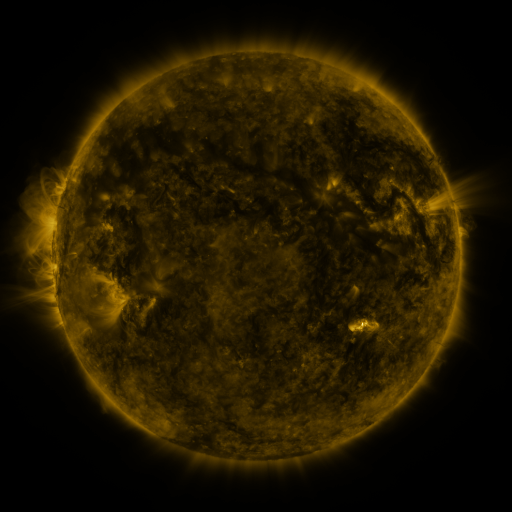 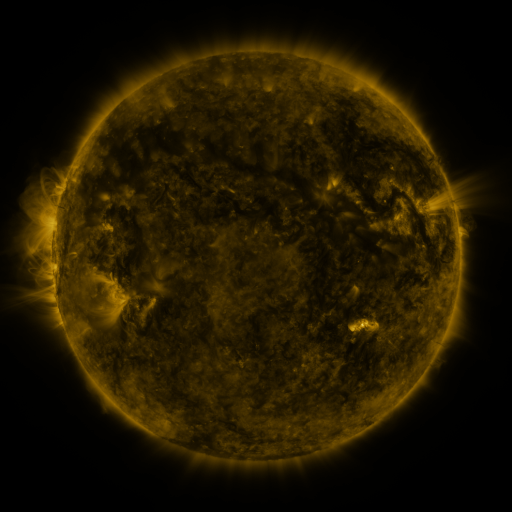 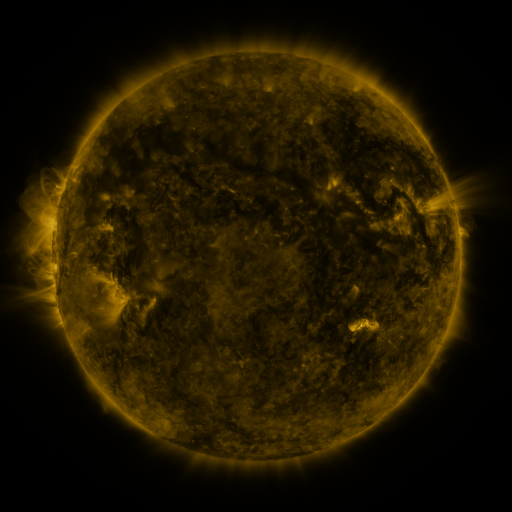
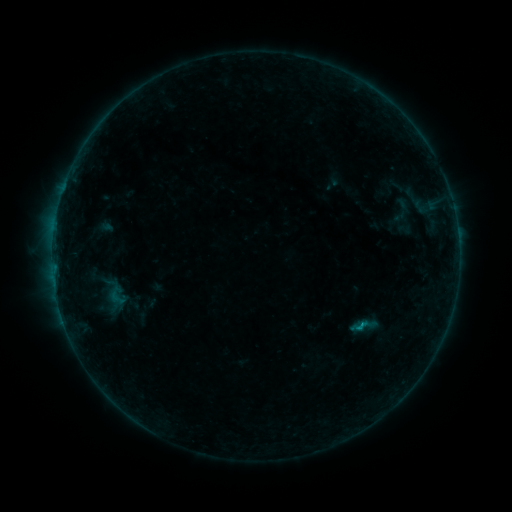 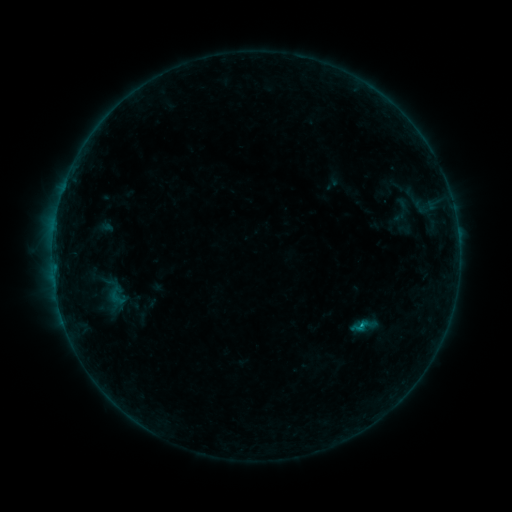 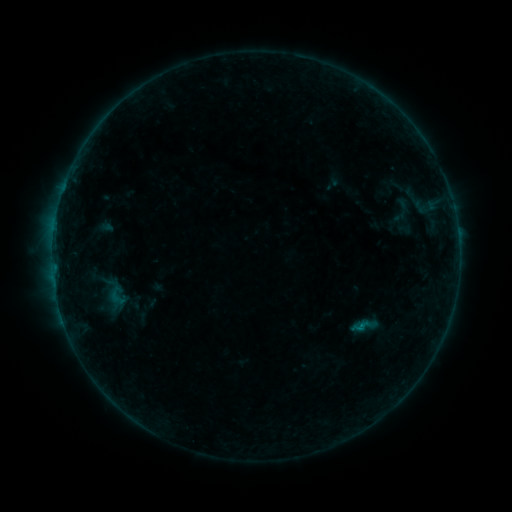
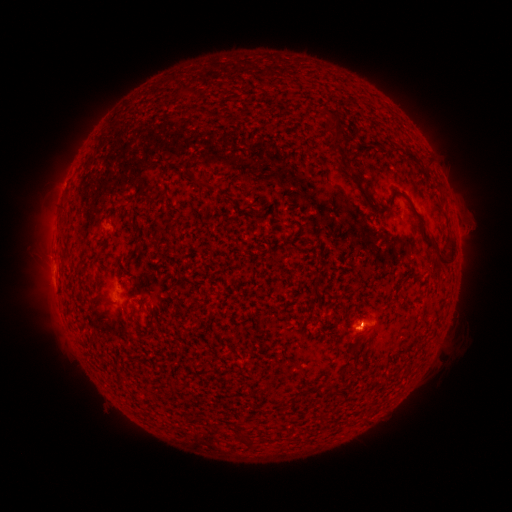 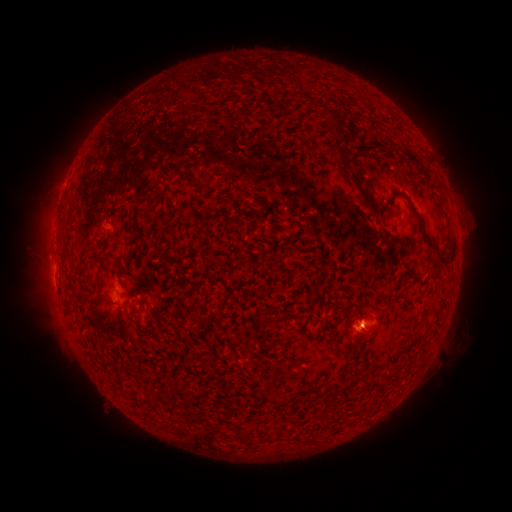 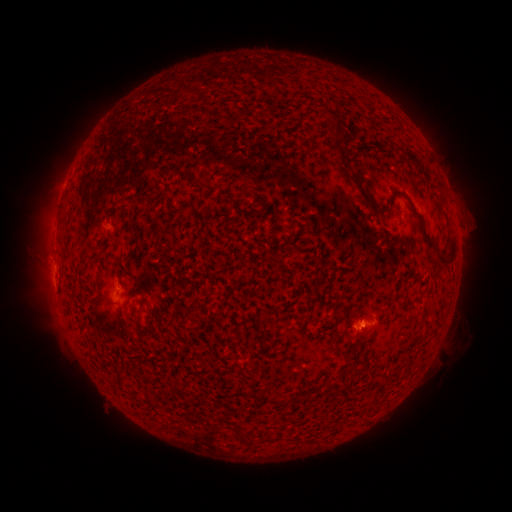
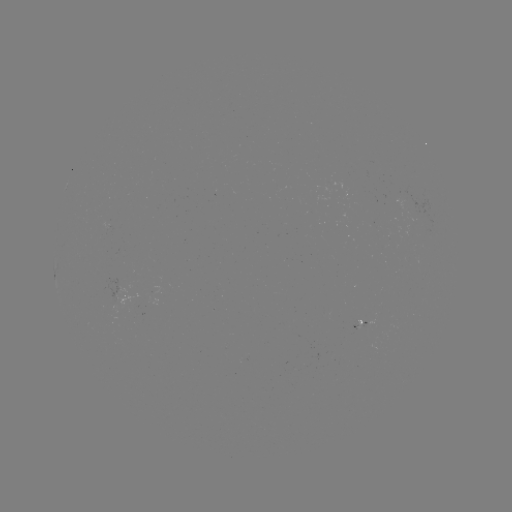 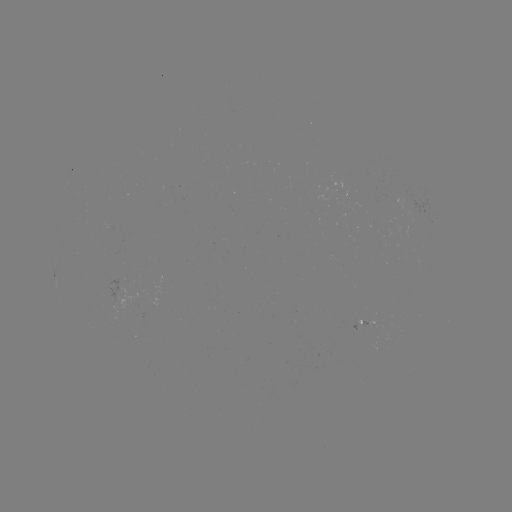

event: flare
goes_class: B4.4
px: (359, 322)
